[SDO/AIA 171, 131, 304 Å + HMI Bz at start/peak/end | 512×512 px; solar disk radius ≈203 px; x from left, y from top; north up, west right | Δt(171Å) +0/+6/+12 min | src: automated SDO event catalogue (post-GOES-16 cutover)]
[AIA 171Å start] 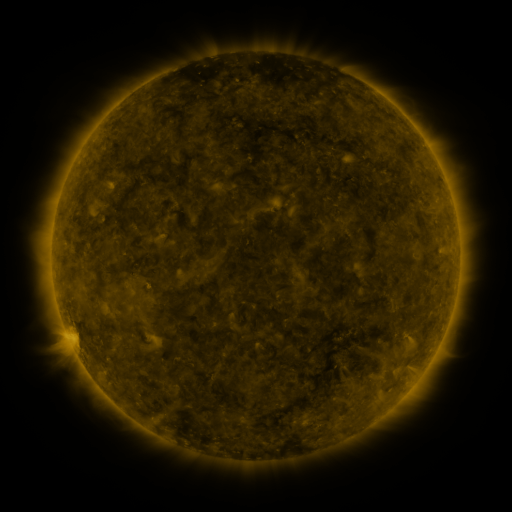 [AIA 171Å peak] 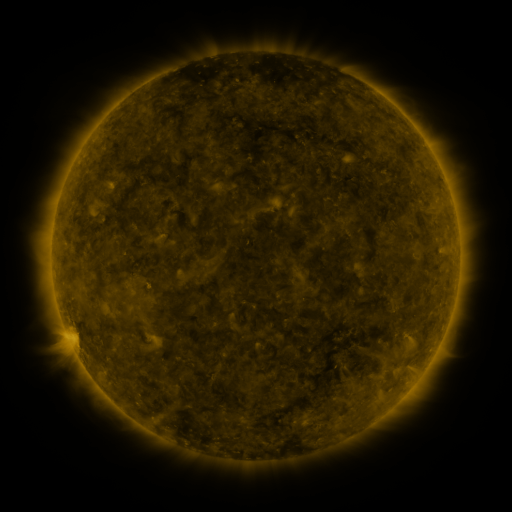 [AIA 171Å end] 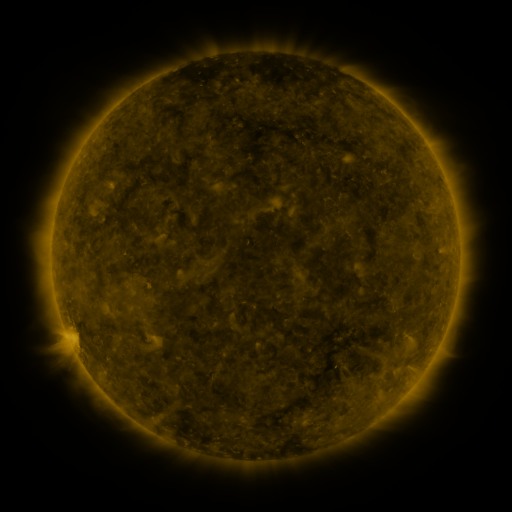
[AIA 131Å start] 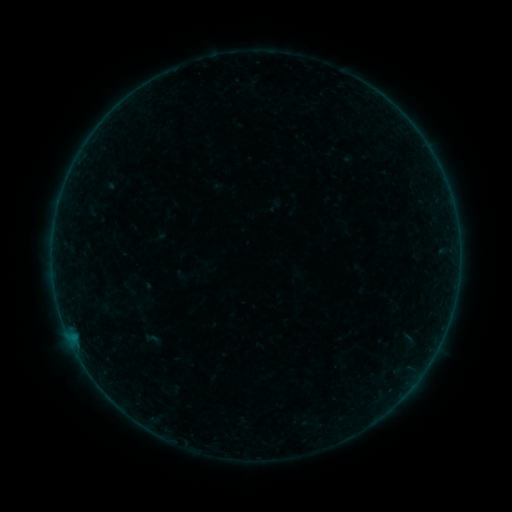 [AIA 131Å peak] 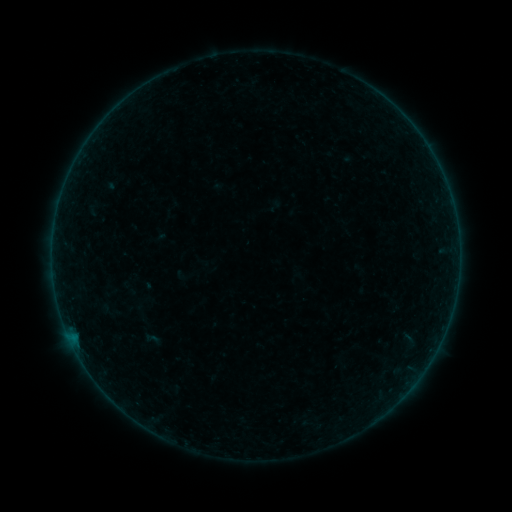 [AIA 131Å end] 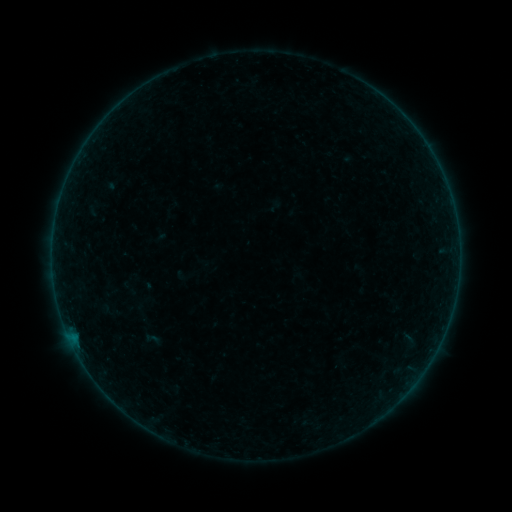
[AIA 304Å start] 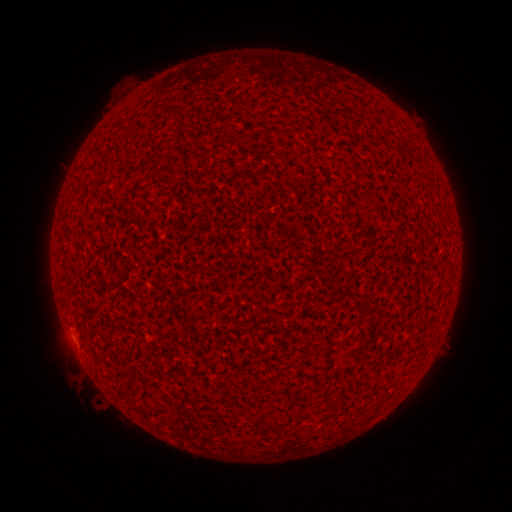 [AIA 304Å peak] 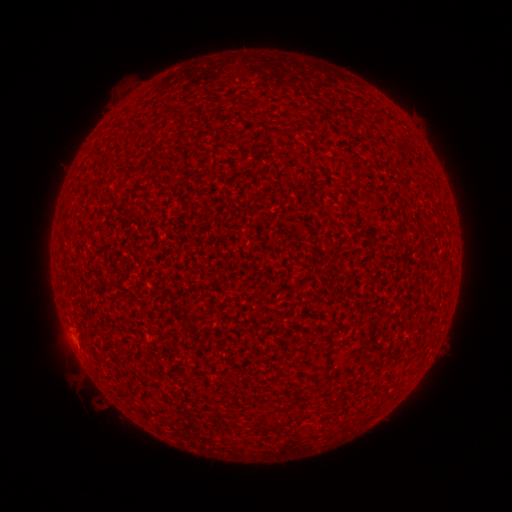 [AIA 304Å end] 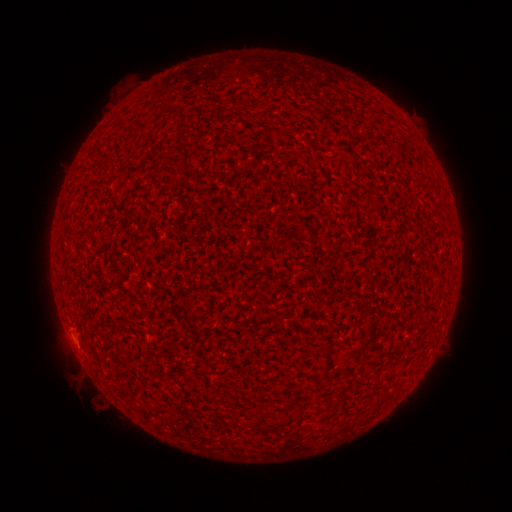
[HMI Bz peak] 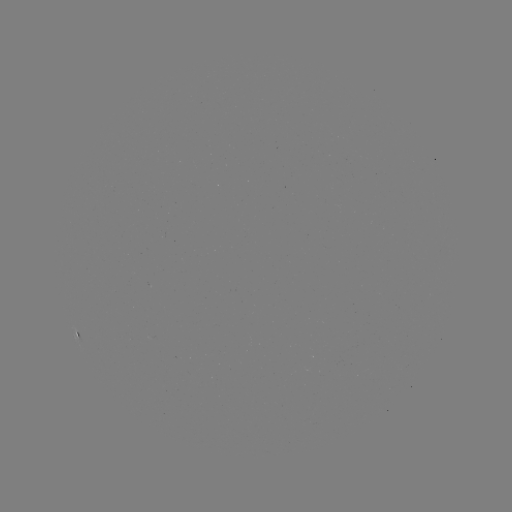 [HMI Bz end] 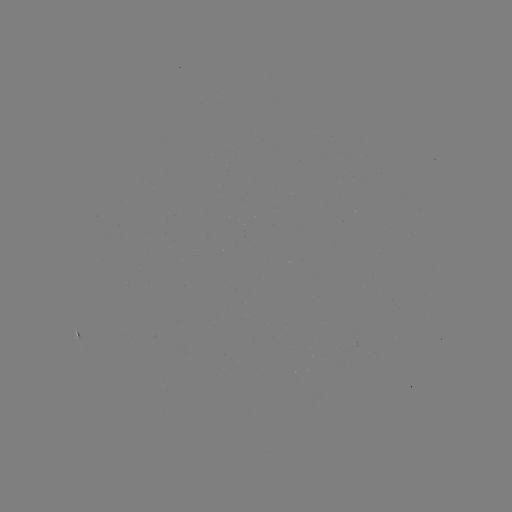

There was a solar flare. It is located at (75, 339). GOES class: A2.1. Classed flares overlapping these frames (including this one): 1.